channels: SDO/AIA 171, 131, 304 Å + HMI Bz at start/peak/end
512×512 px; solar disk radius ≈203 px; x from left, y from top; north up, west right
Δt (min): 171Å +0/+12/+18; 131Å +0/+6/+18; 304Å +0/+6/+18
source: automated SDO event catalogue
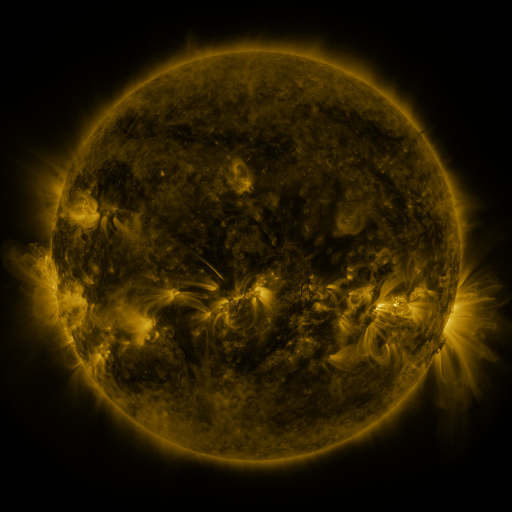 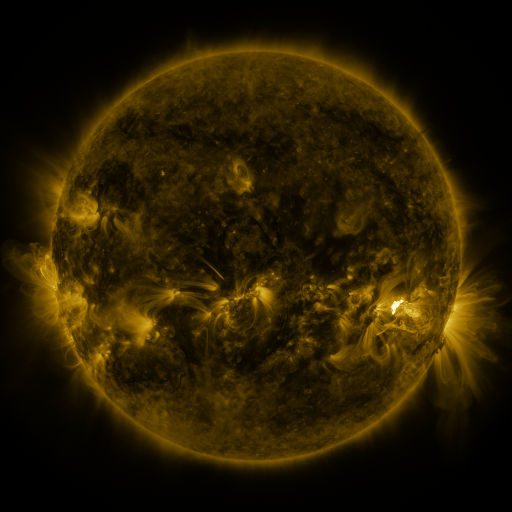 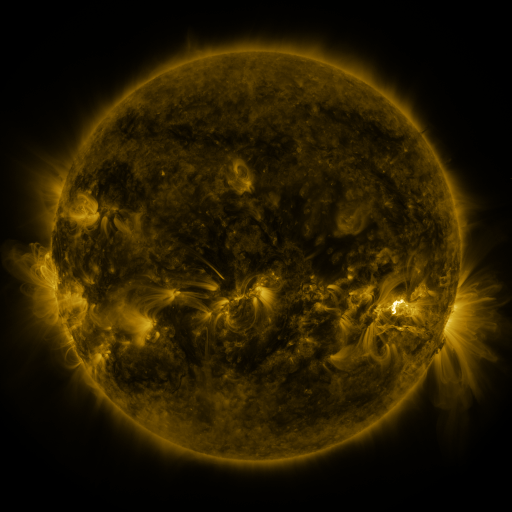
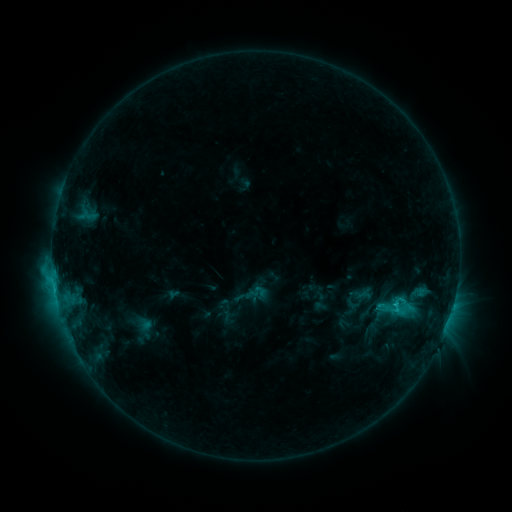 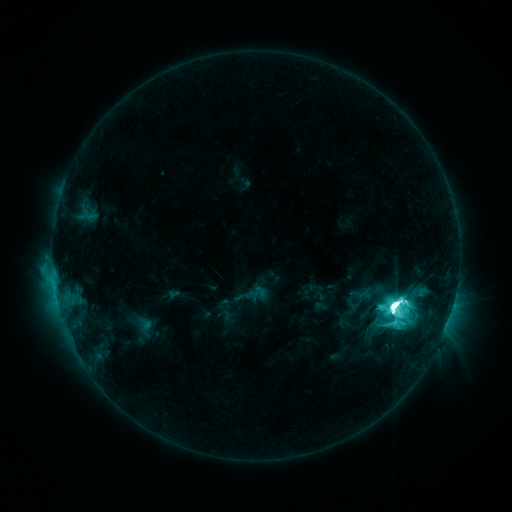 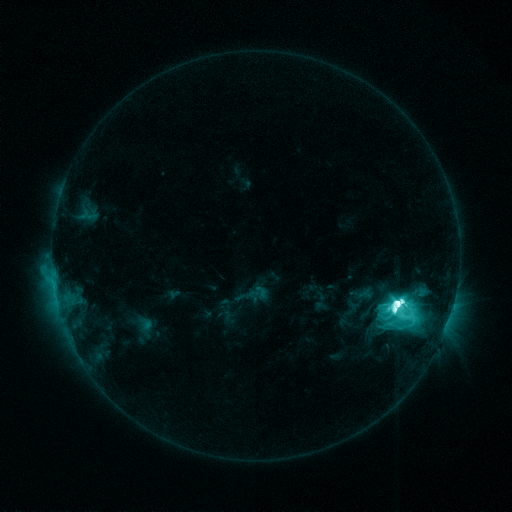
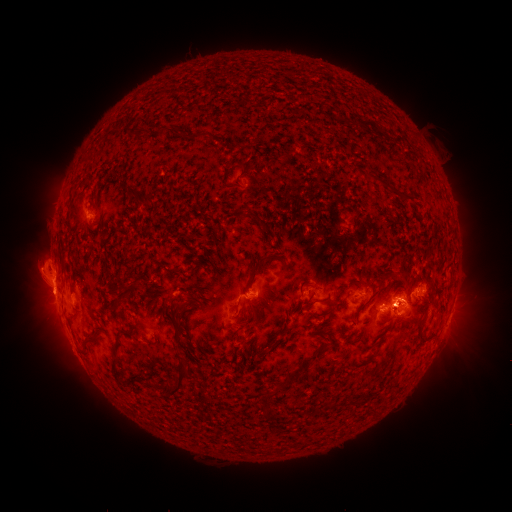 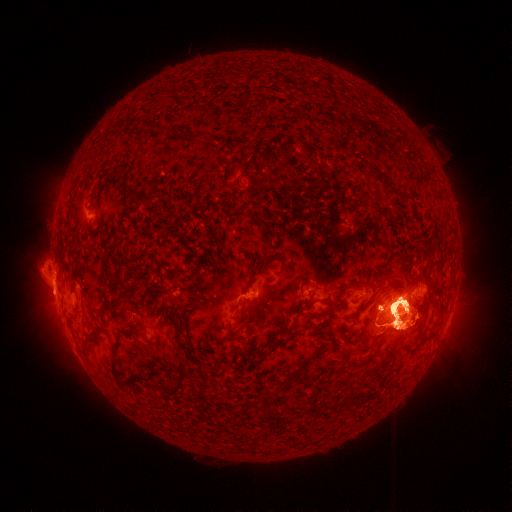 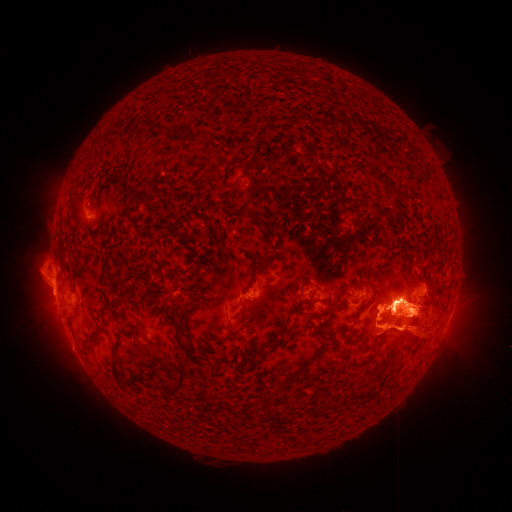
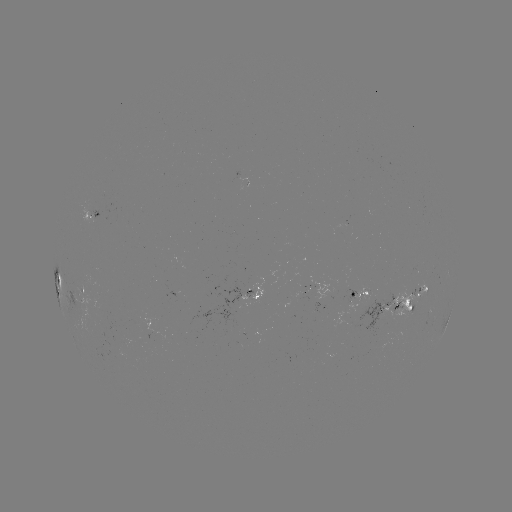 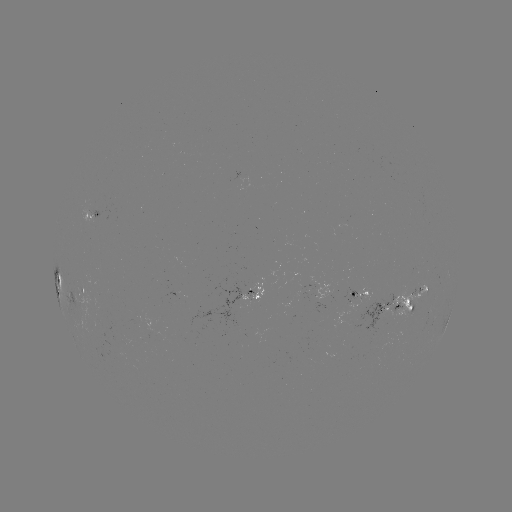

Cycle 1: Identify eruption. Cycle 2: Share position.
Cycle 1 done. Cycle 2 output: (51, 308).